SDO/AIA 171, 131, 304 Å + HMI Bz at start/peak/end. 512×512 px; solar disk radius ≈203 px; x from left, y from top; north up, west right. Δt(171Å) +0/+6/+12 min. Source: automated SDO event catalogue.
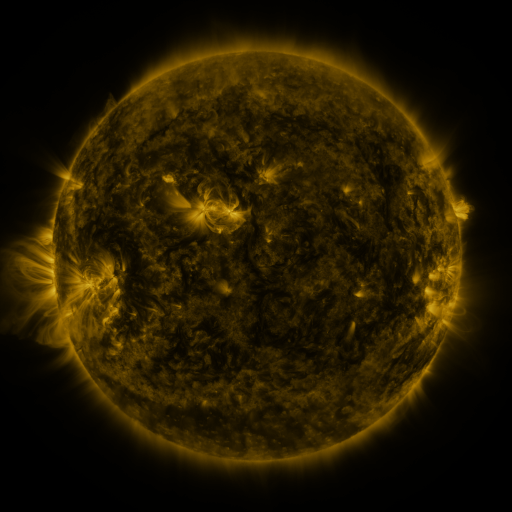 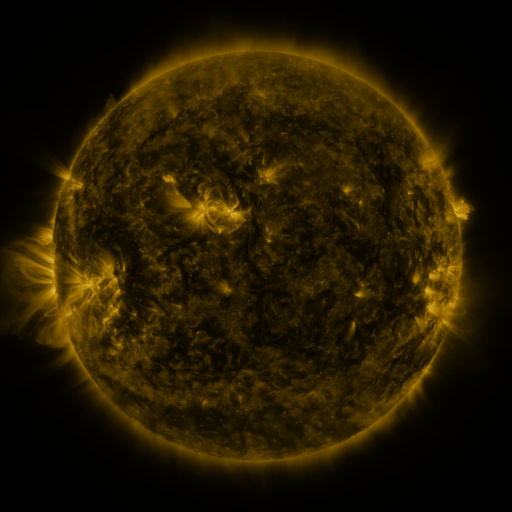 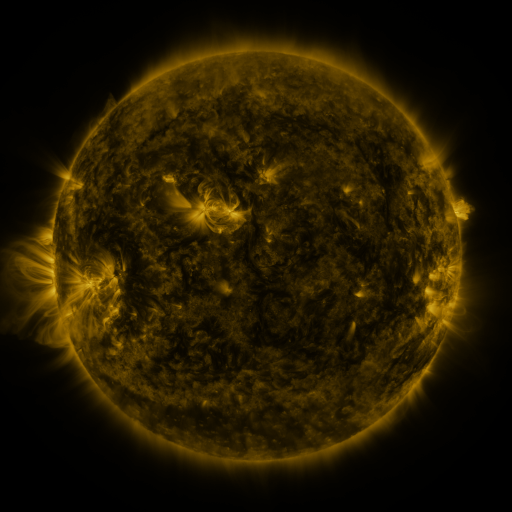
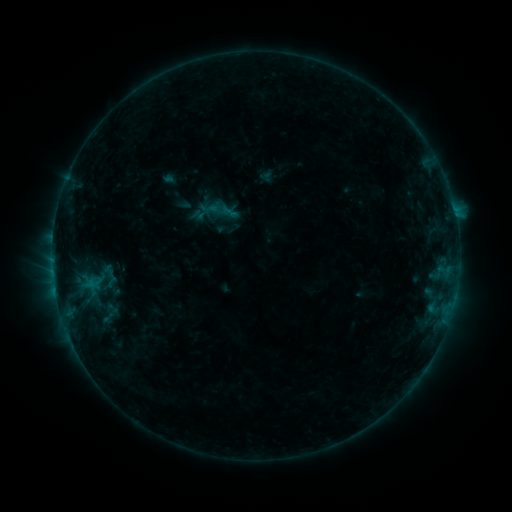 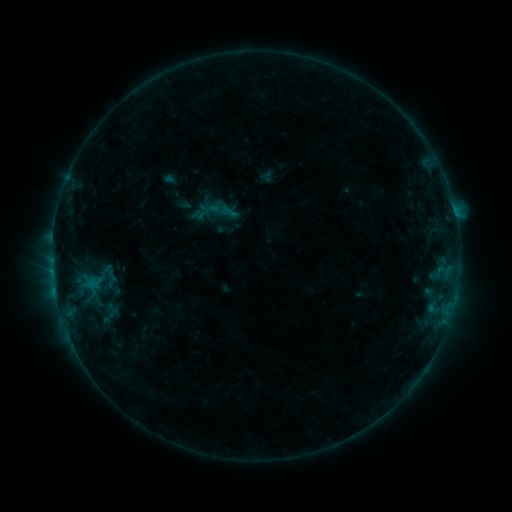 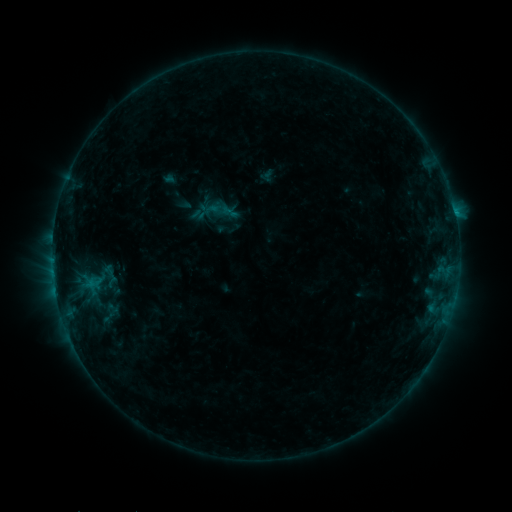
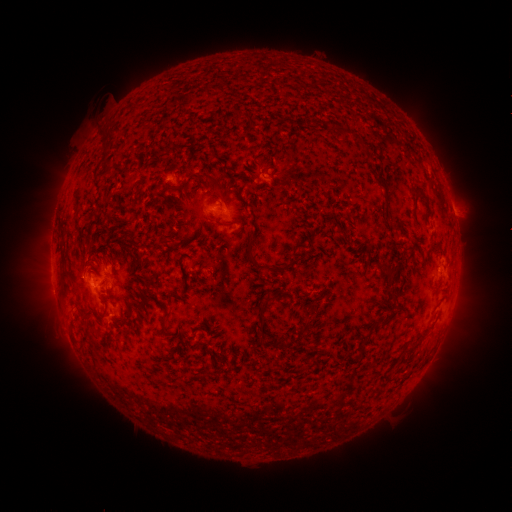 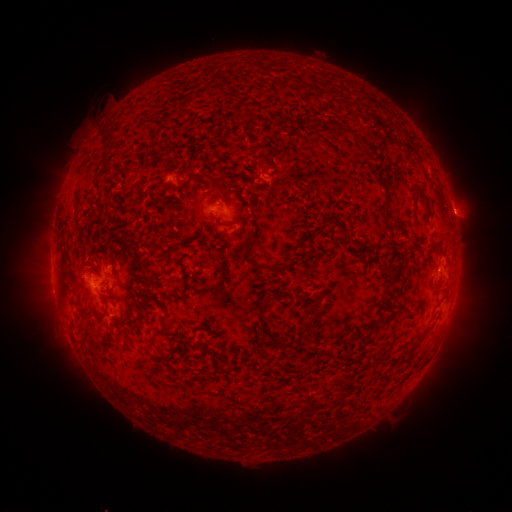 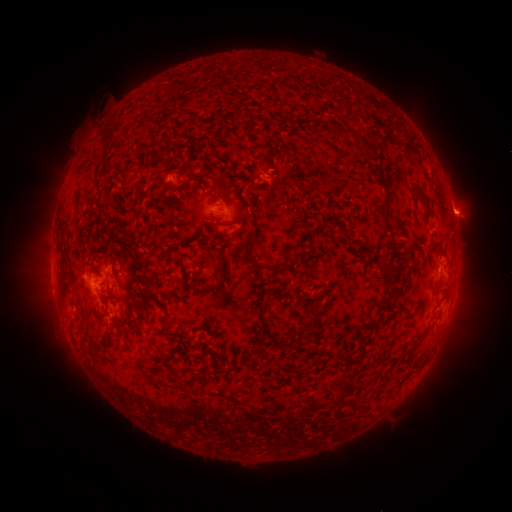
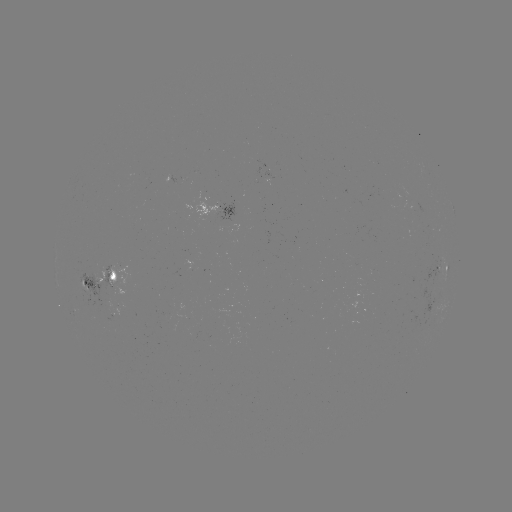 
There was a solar flare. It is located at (454, 213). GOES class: B7.0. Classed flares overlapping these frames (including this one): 2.